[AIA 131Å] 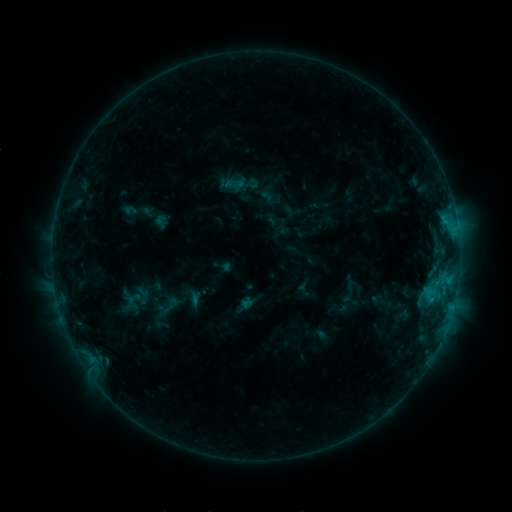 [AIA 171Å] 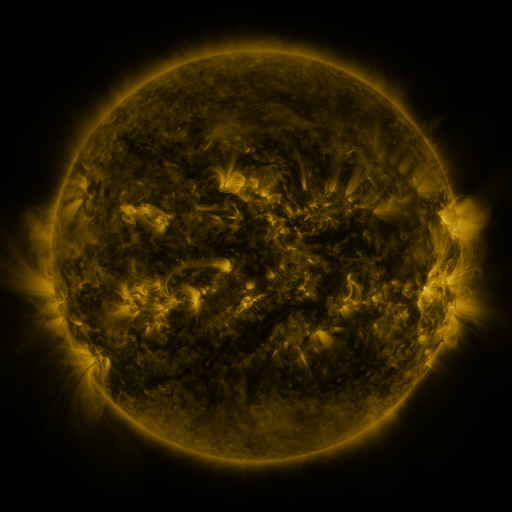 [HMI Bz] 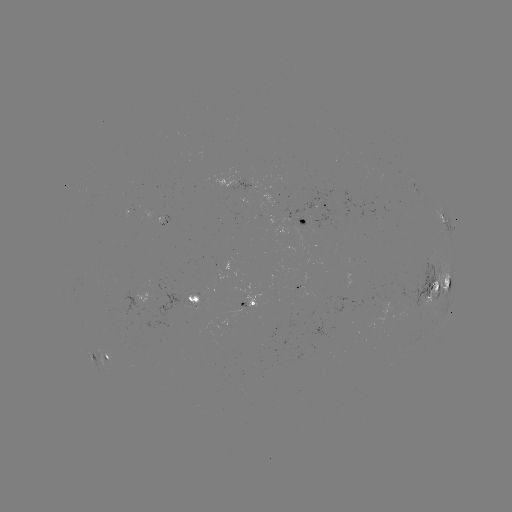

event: sigmoid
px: (161, 221)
